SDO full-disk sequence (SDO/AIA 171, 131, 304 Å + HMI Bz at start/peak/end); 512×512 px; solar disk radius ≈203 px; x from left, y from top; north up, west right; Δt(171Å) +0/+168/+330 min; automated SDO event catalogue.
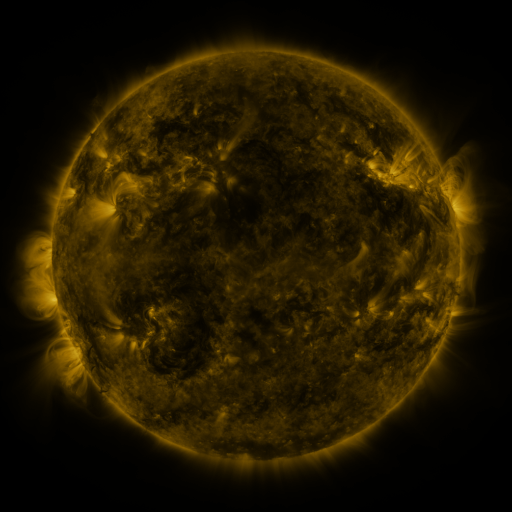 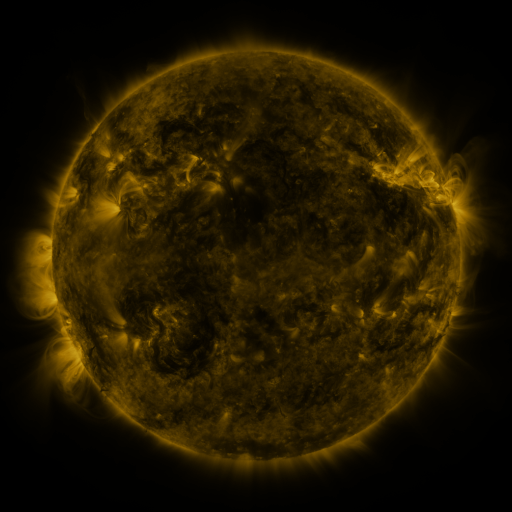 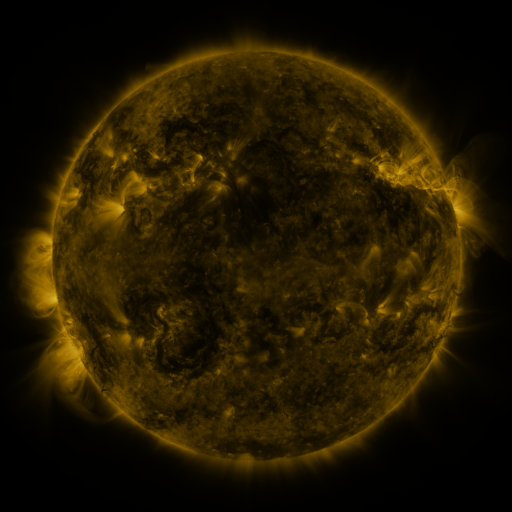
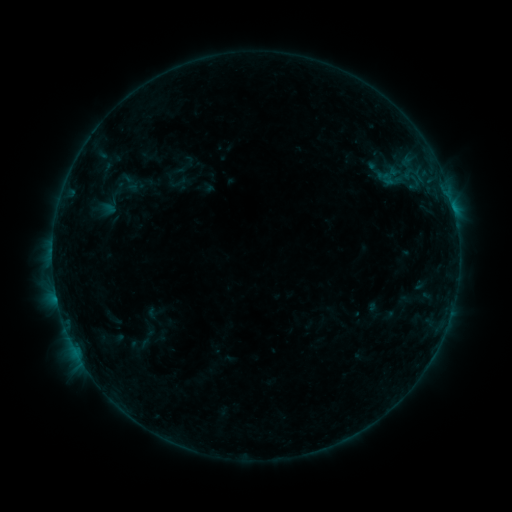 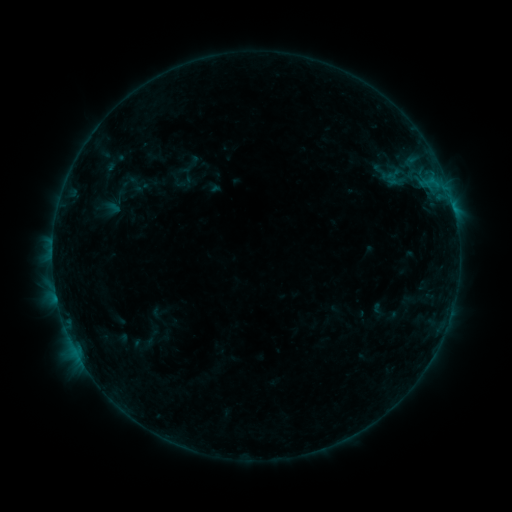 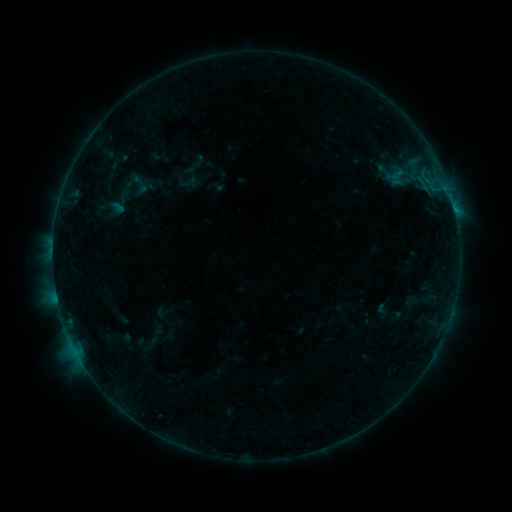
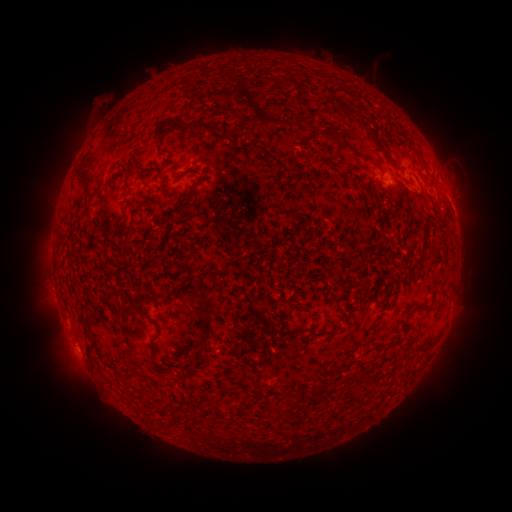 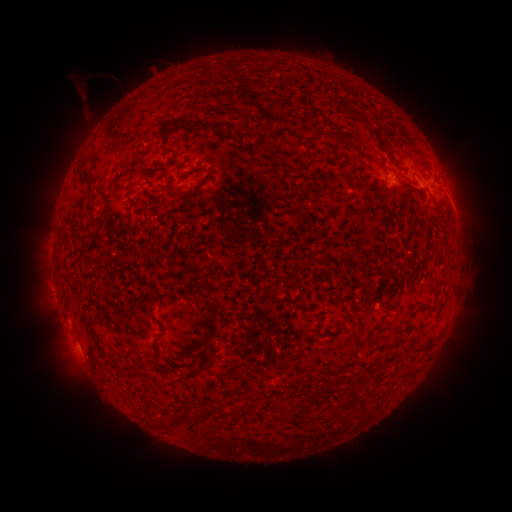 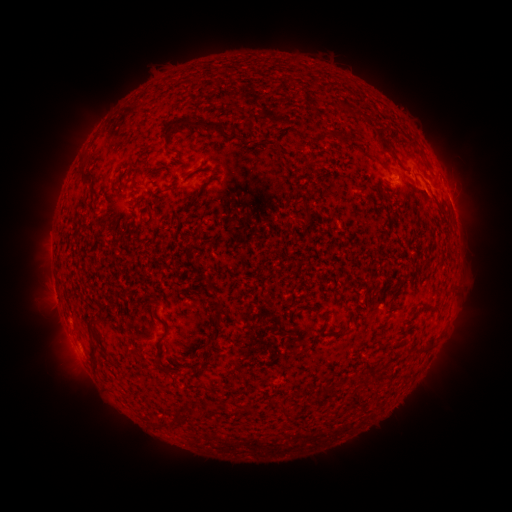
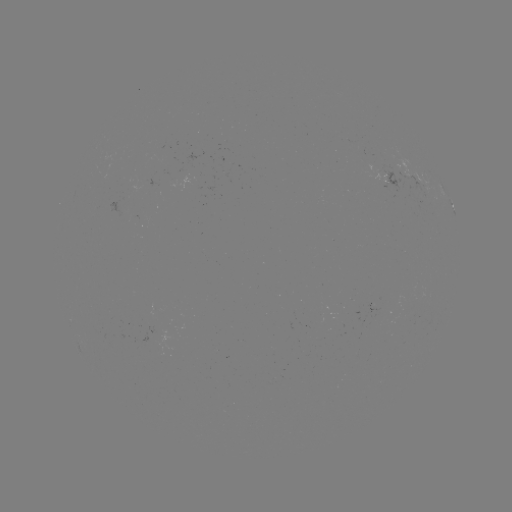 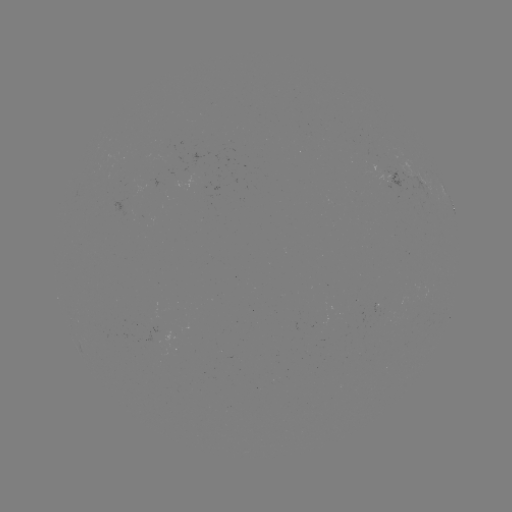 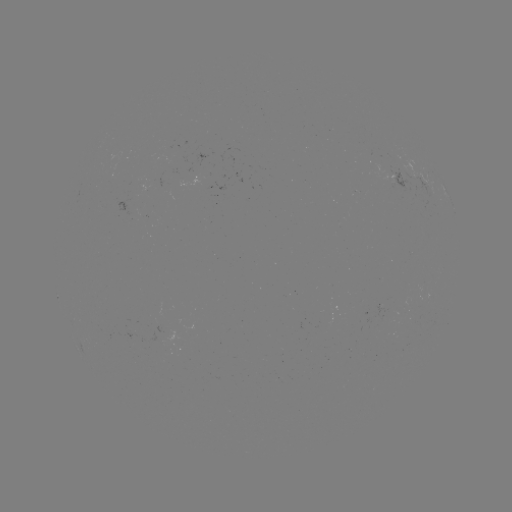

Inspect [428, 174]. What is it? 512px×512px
filament eruption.